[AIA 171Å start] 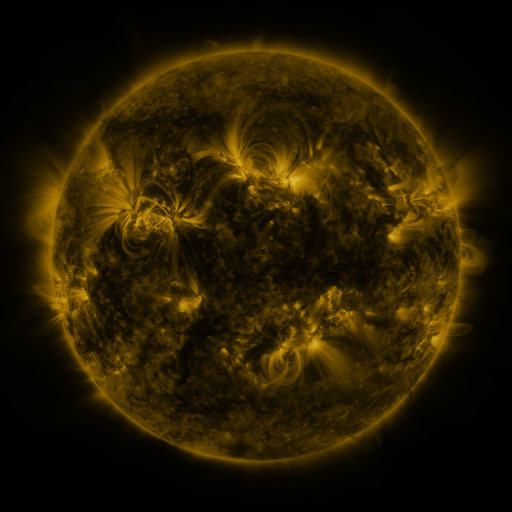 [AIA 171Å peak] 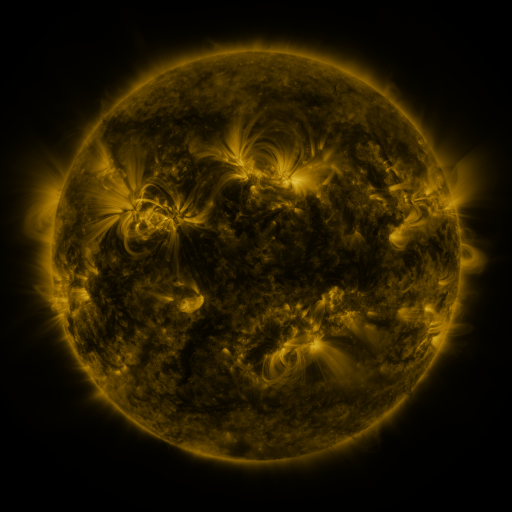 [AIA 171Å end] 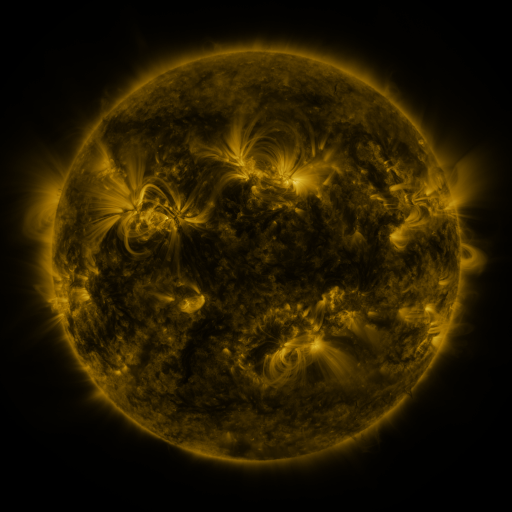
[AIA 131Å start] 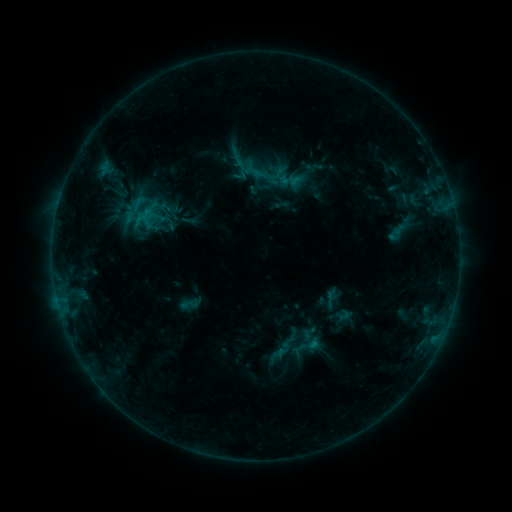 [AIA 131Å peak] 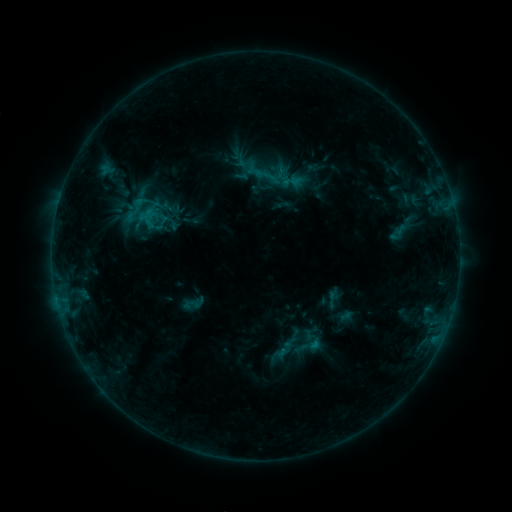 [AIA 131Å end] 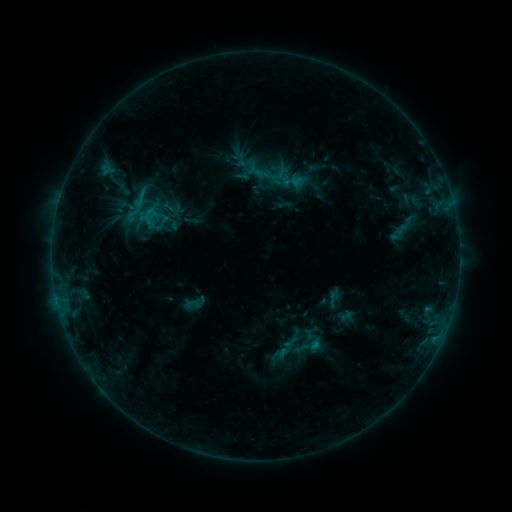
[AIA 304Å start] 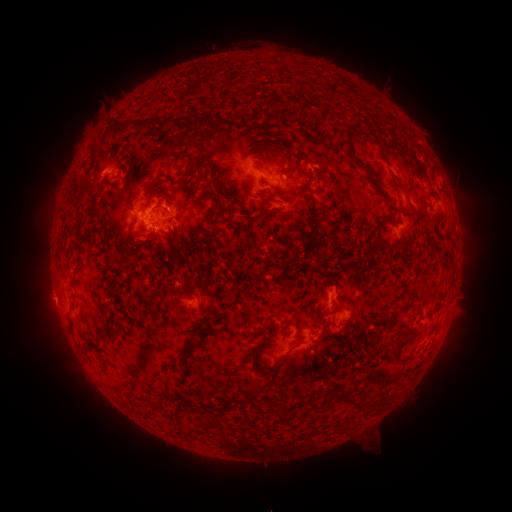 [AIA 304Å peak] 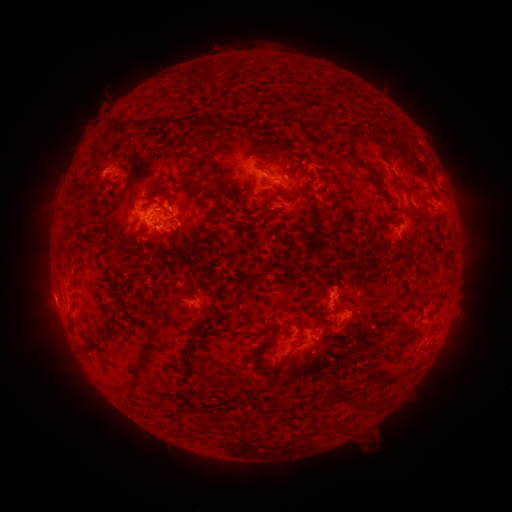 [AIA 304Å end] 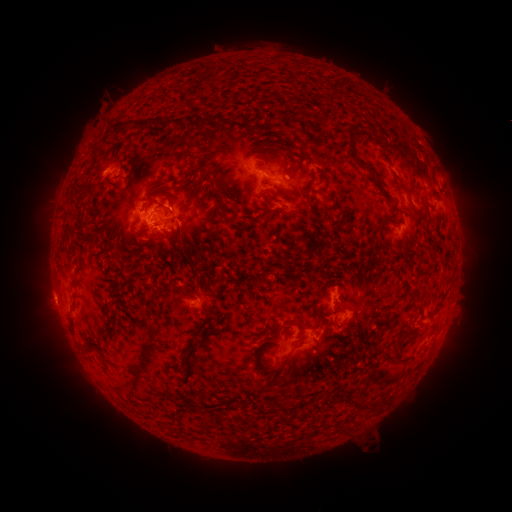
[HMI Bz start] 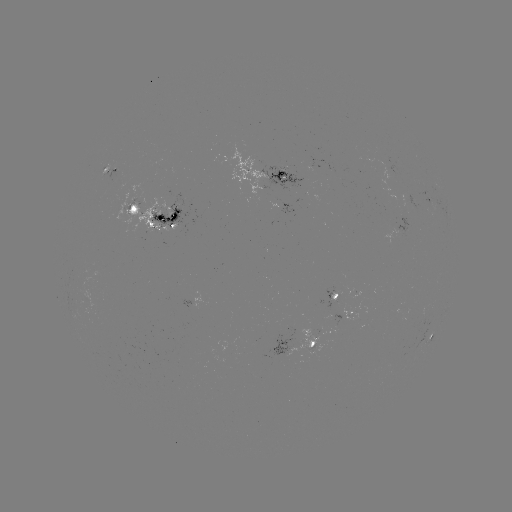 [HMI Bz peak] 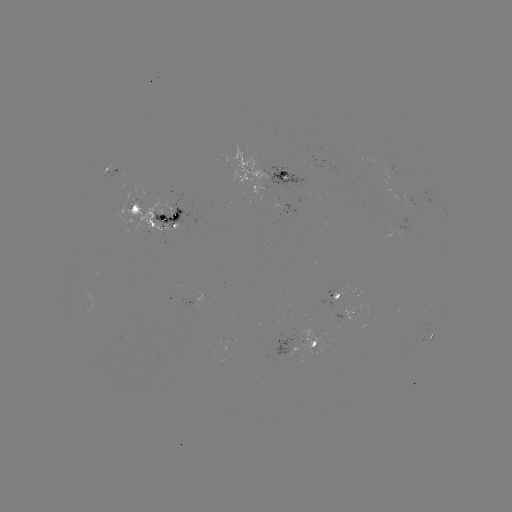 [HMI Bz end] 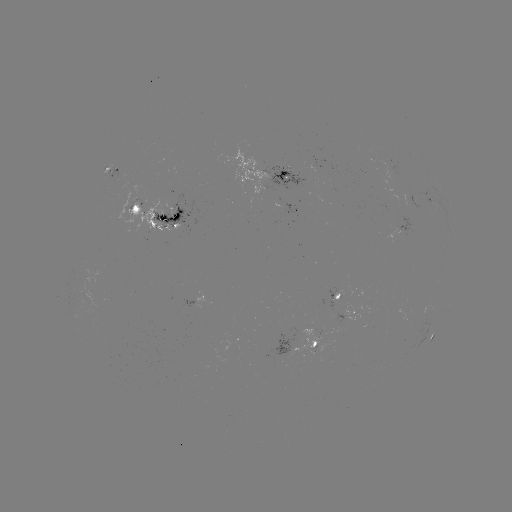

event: emerging-flux region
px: (391, 172)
